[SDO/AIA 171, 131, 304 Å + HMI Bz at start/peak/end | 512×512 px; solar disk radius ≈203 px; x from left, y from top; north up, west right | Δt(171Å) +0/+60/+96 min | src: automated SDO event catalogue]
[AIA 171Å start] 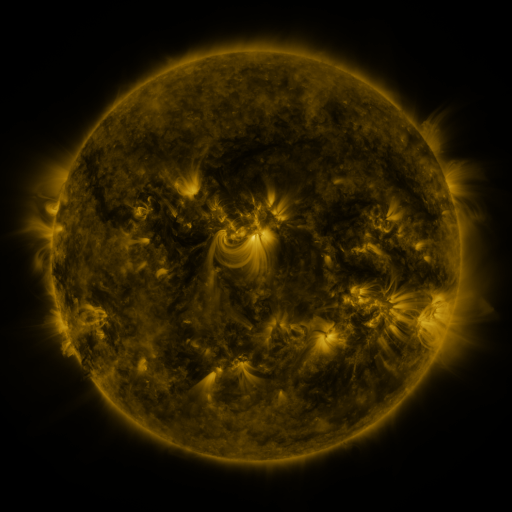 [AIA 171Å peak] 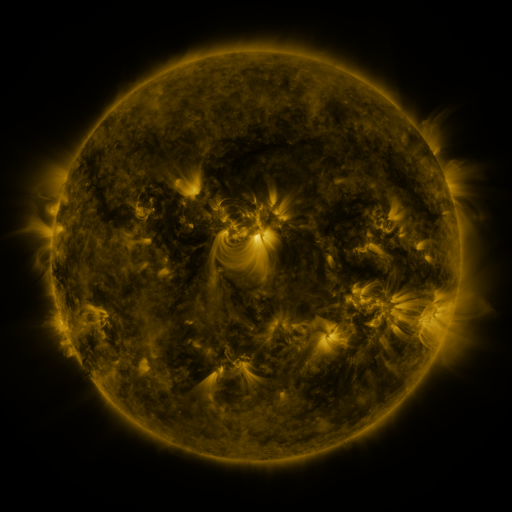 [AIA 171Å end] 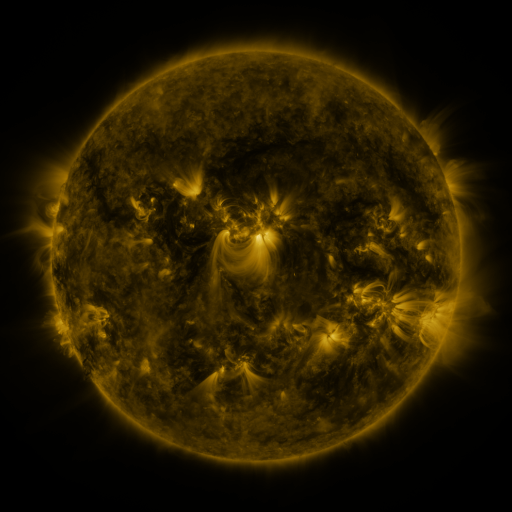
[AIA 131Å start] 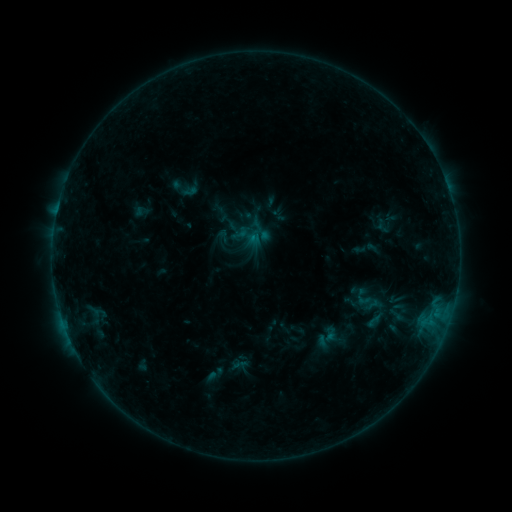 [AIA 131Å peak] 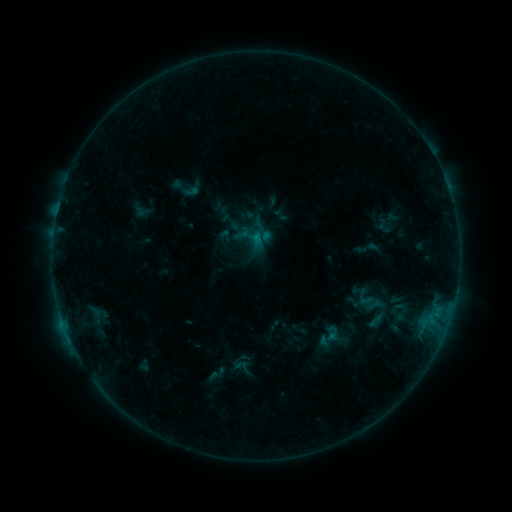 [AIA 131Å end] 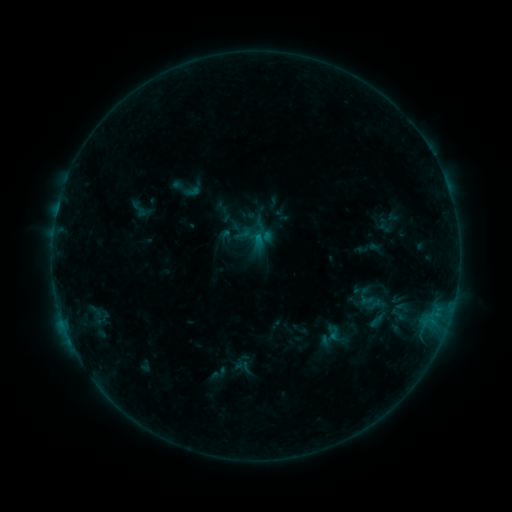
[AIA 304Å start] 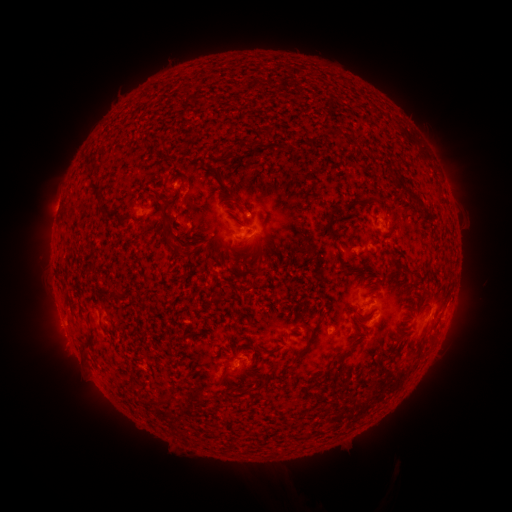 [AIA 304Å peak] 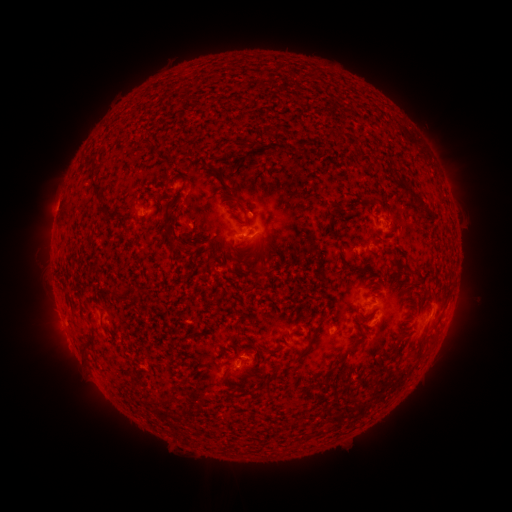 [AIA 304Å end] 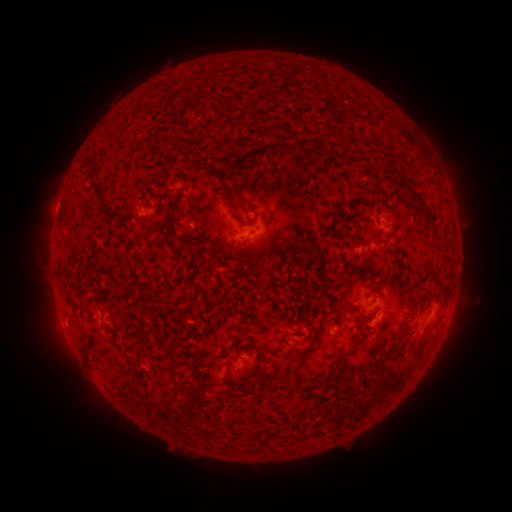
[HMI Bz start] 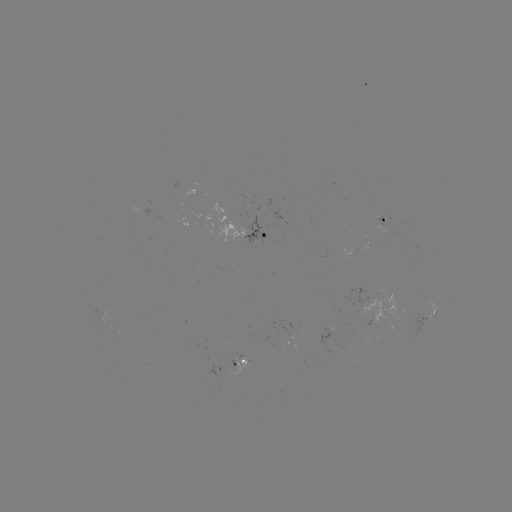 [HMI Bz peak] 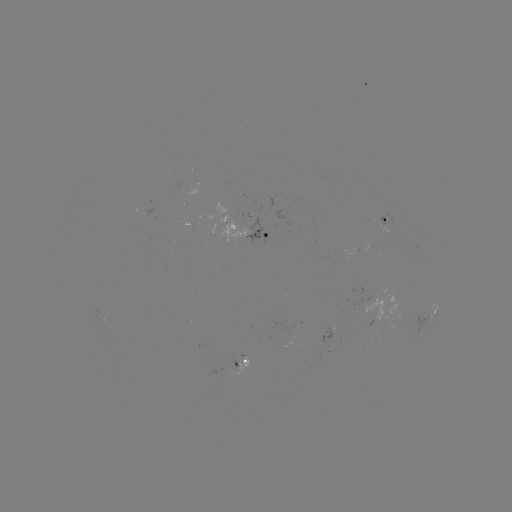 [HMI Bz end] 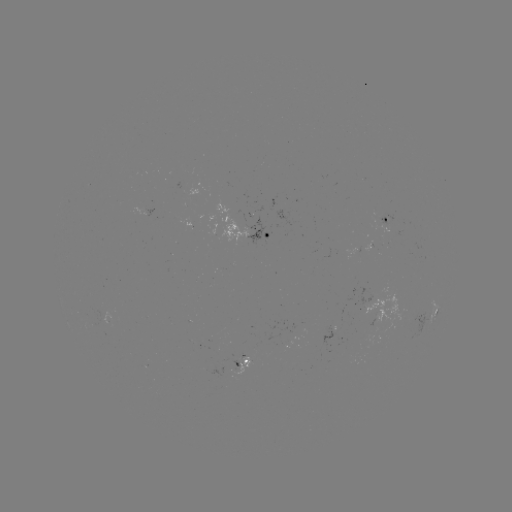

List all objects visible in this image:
emerging-flux region: (338, 330)
